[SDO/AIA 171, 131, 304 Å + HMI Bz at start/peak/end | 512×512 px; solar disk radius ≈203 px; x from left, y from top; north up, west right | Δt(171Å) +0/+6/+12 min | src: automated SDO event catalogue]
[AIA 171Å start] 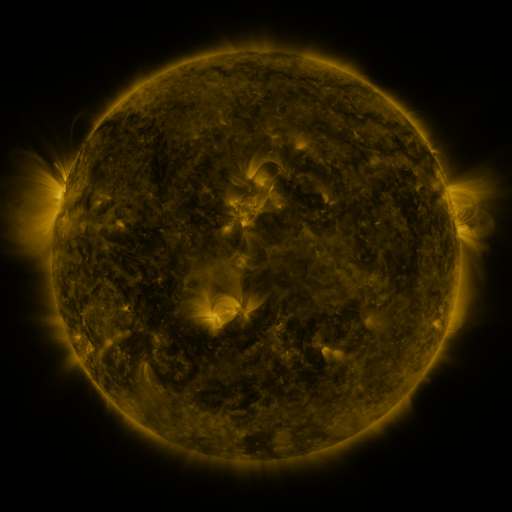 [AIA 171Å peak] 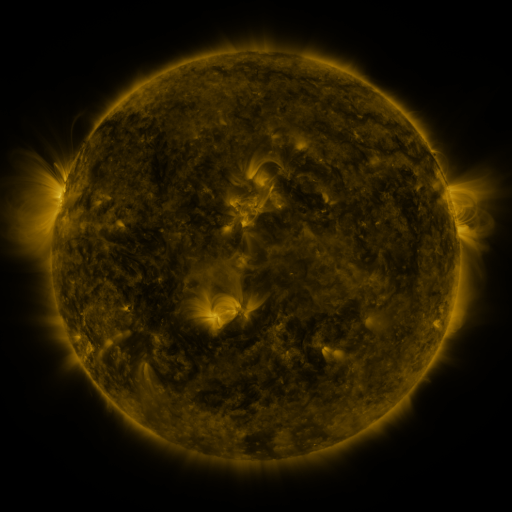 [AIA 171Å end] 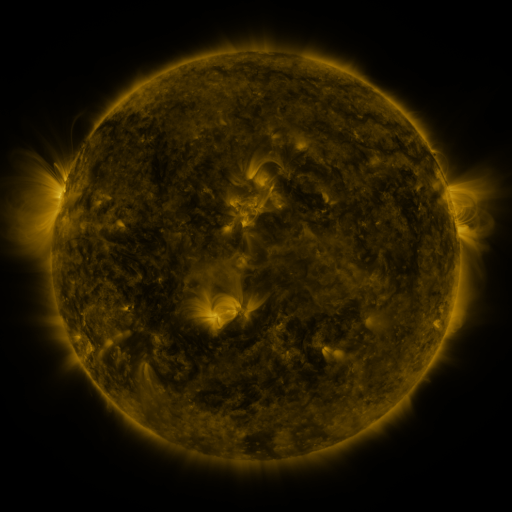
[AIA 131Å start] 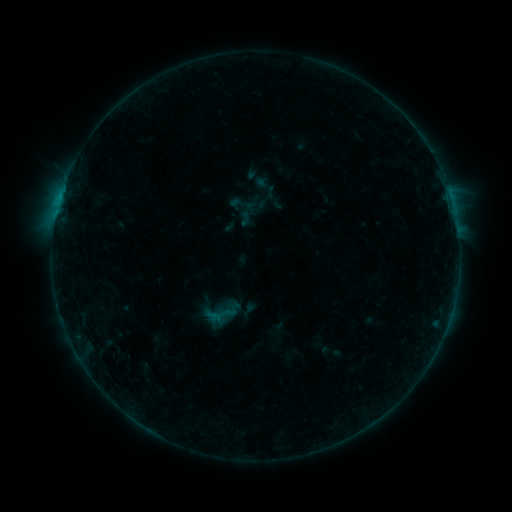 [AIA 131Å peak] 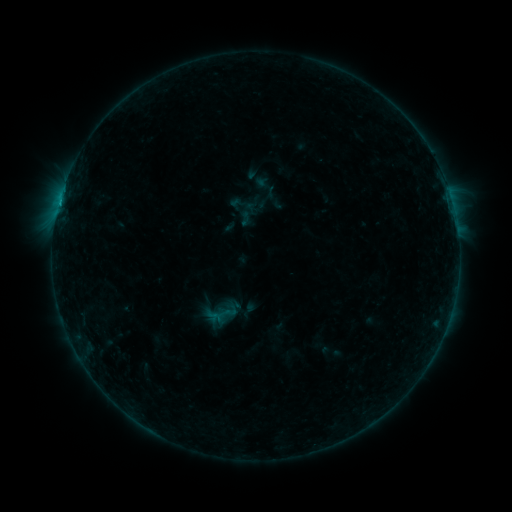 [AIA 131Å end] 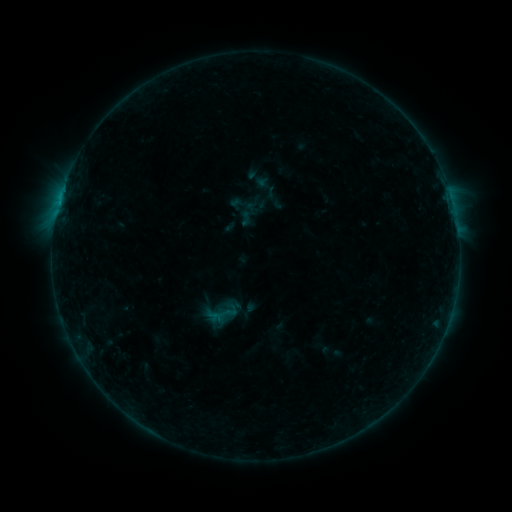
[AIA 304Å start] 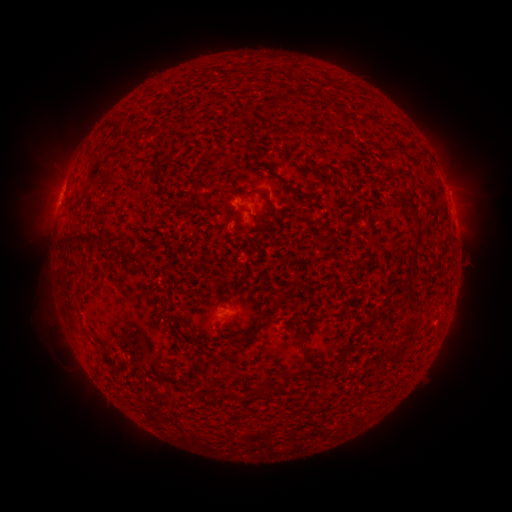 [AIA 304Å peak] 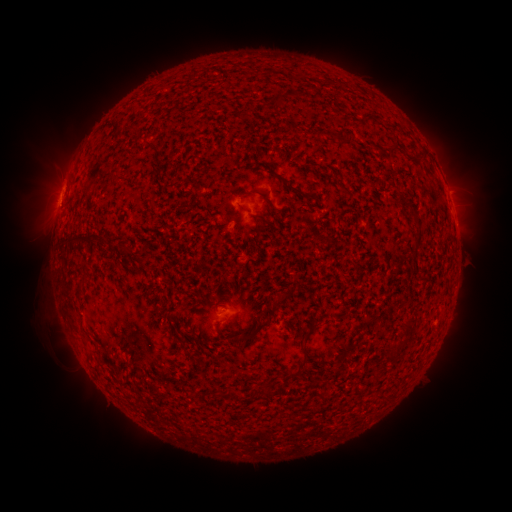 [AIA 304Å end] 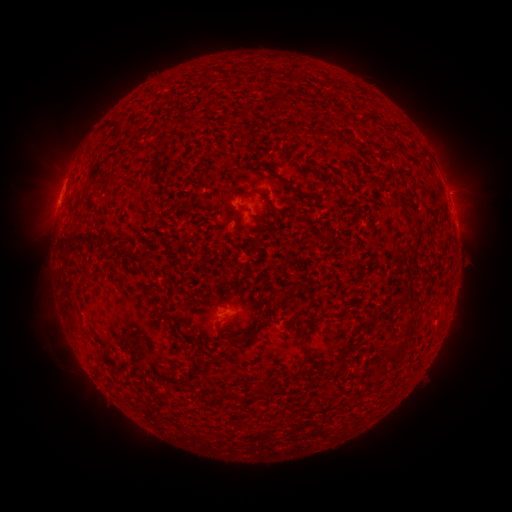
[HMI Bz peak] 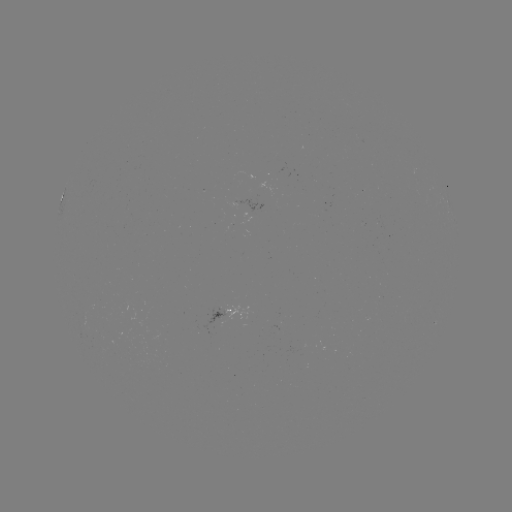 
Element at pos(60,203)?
B5.3 flare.